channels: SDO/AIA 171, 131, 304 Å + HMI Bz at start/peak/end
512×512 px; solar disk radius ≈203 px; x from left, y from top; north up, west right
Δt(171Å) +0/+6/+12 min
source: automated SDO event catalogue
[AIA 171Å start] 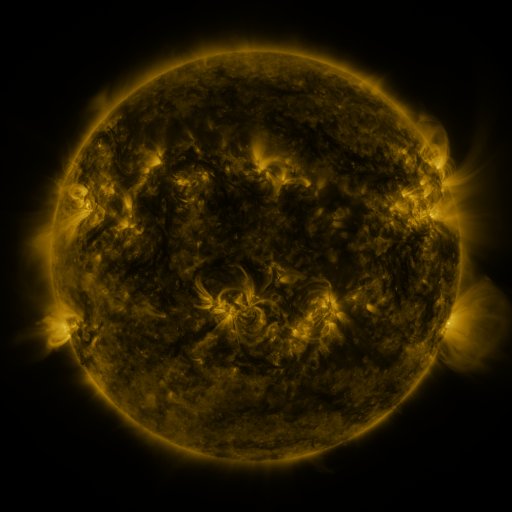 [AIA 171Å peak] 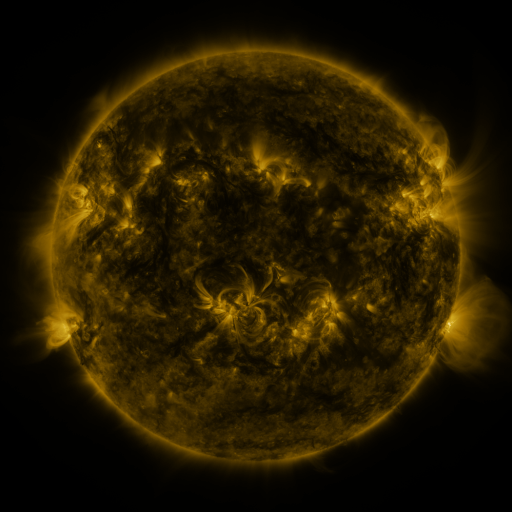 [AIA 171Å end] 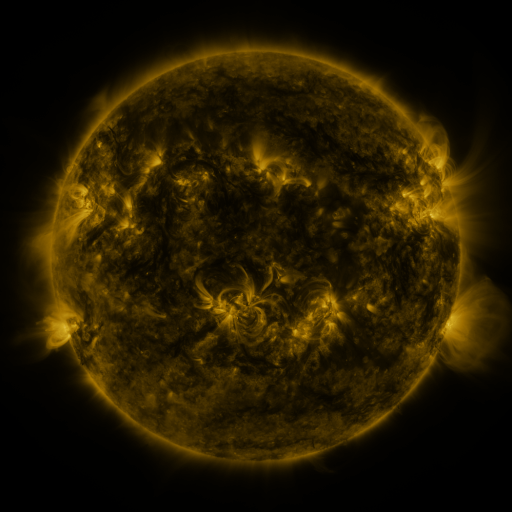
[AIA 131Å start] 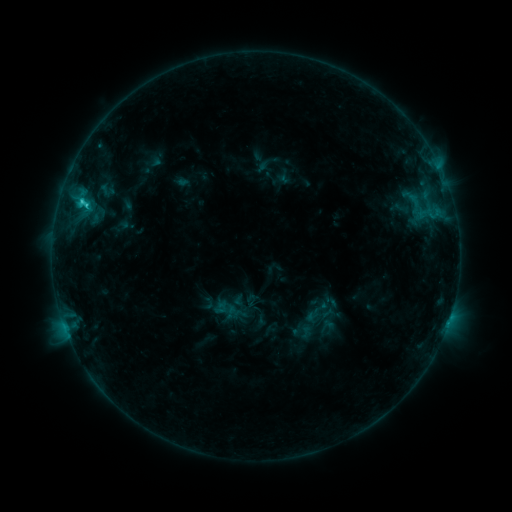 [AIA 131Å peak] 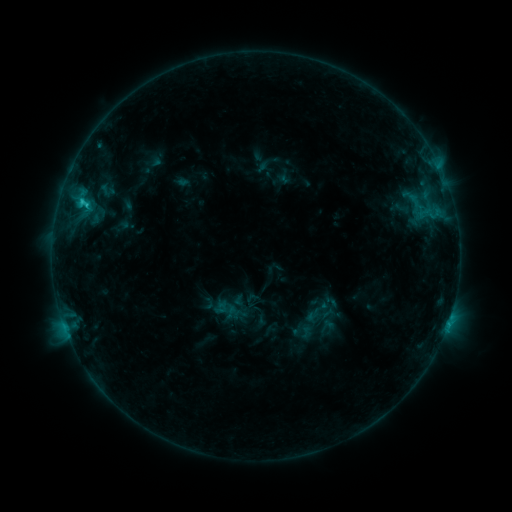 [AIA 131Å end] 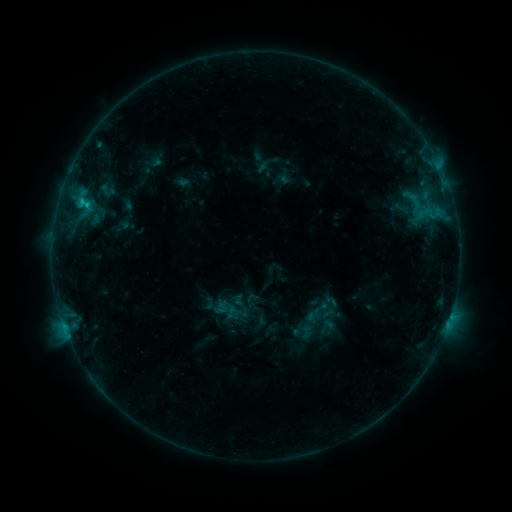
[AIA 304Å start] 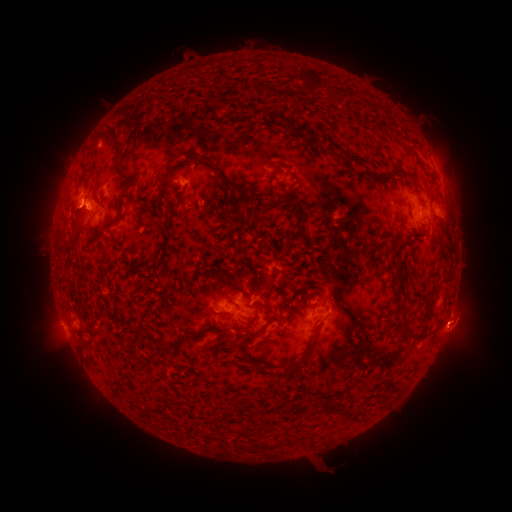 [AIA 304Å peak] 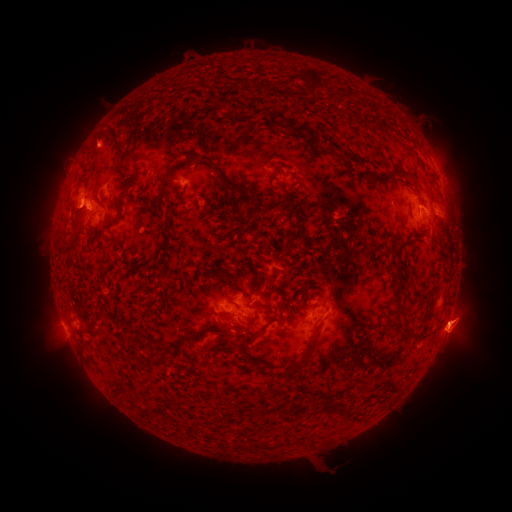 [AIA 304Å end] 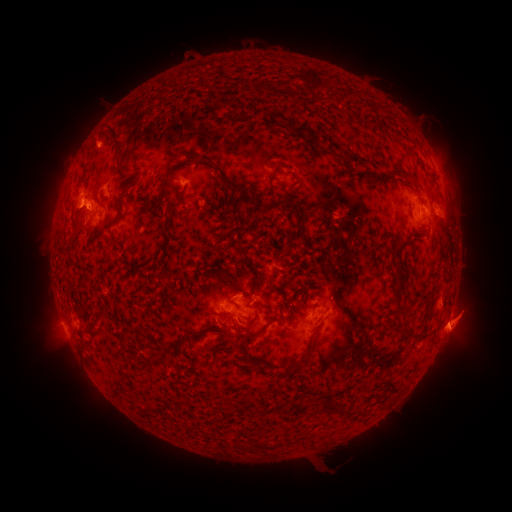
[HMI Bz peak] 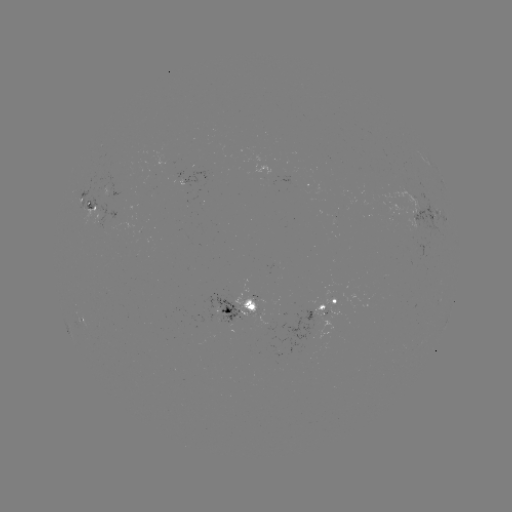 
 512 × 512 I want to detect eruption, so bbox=[69, 116, 116, 165].